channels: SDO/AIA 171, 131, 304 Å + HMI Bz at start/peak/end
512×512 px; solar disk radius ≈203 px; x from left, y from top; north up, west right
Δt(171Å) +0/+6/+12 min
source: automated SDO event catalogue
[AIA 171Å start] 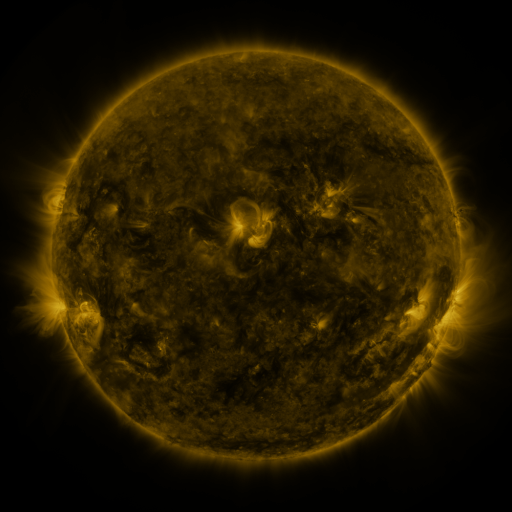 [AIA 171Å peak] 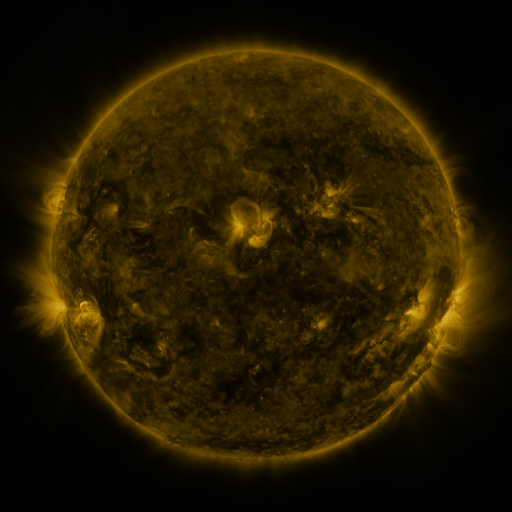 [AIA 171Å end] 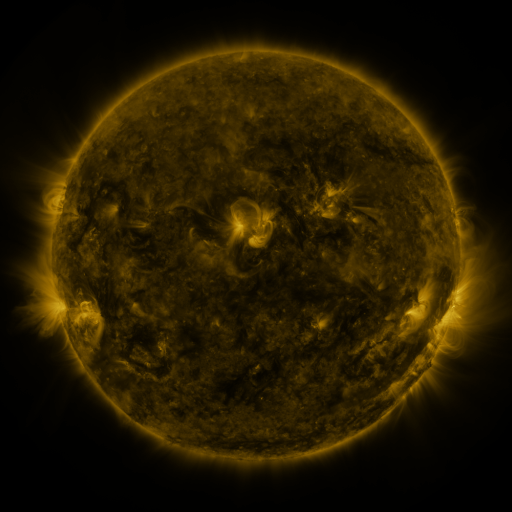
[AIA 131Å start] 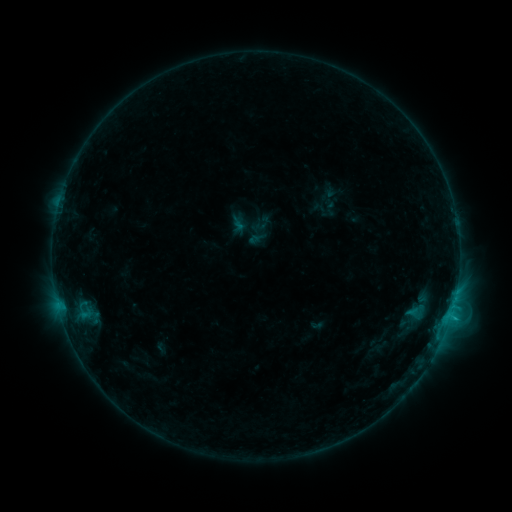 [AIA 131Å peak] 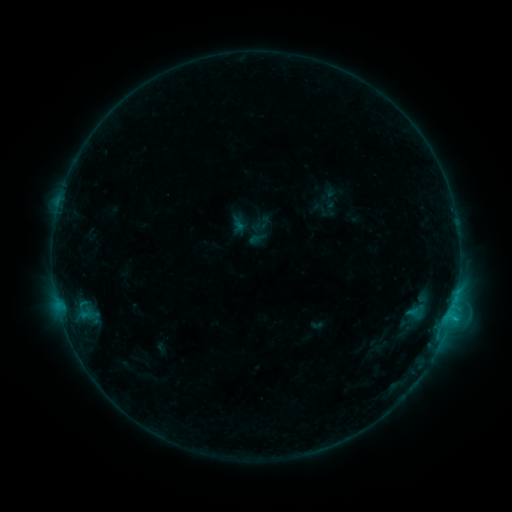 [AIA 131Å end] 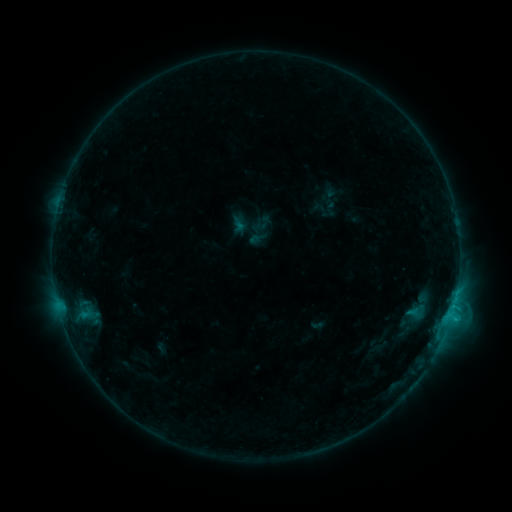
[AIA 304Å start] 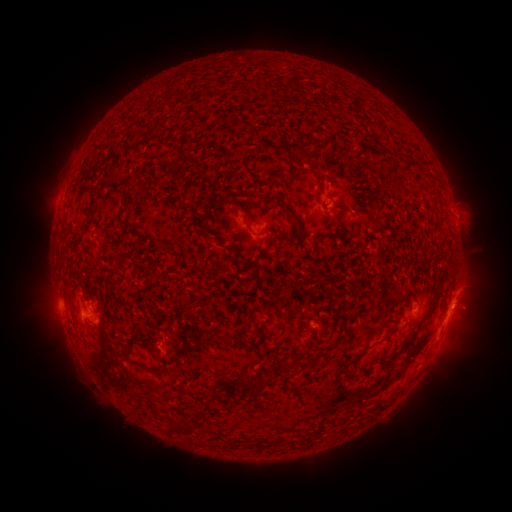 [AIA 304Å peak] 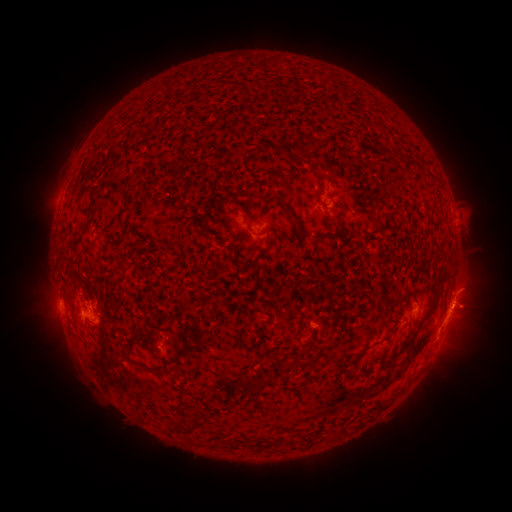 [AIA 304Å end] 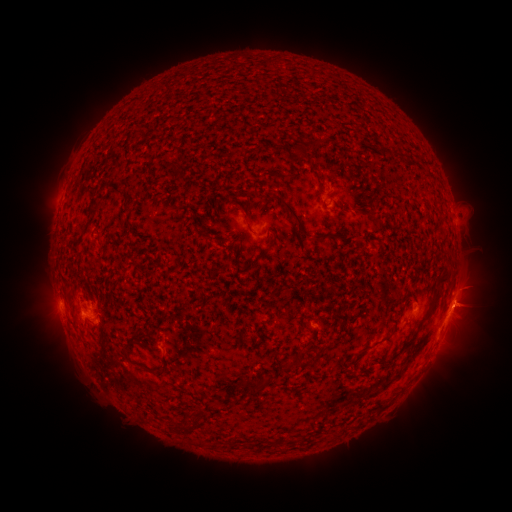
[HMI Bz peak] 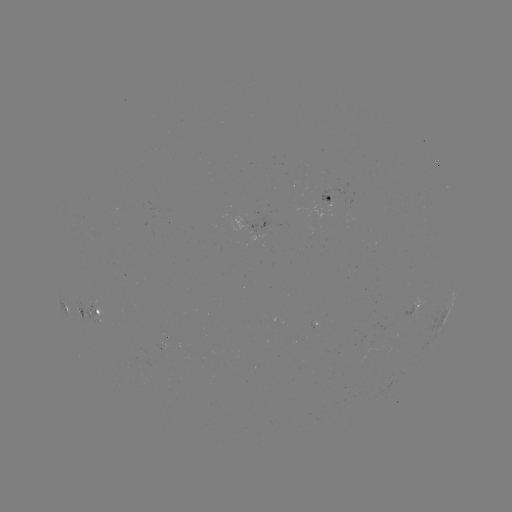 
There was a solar eruption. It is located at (47, 303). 